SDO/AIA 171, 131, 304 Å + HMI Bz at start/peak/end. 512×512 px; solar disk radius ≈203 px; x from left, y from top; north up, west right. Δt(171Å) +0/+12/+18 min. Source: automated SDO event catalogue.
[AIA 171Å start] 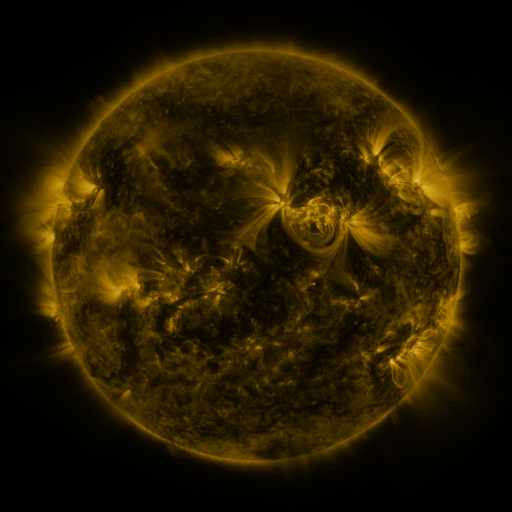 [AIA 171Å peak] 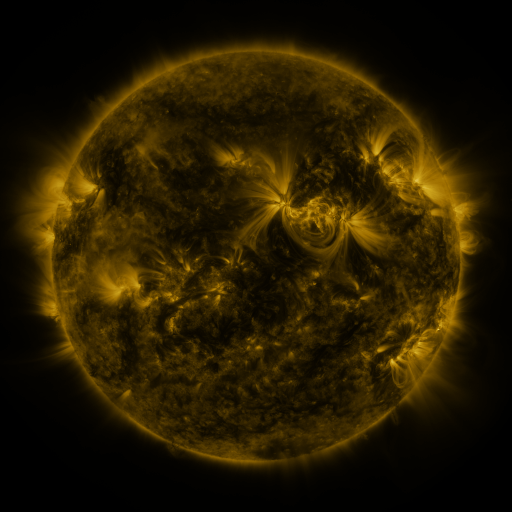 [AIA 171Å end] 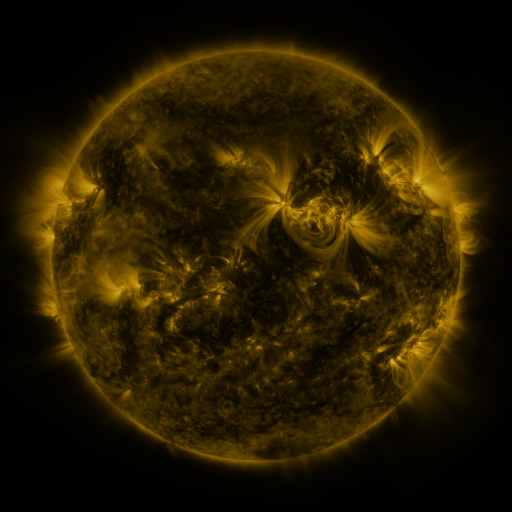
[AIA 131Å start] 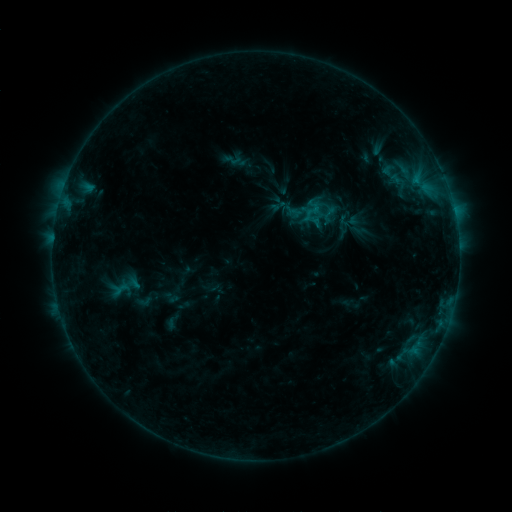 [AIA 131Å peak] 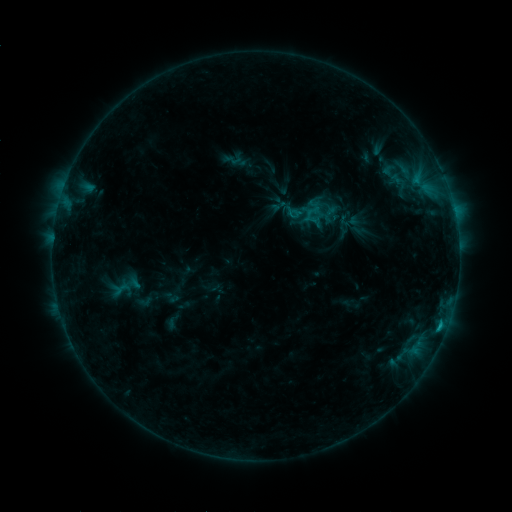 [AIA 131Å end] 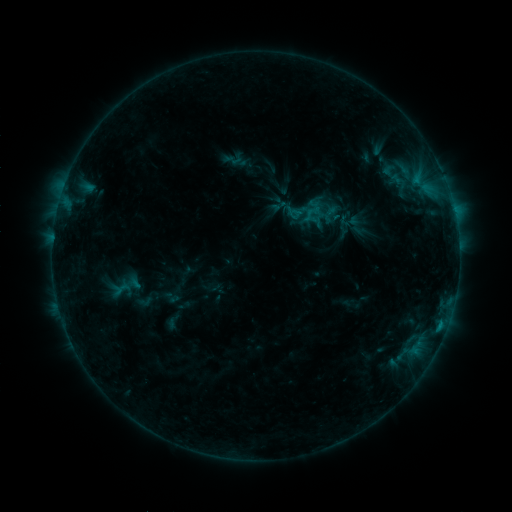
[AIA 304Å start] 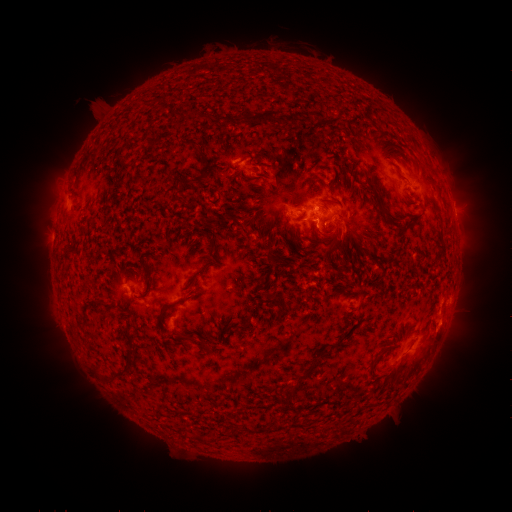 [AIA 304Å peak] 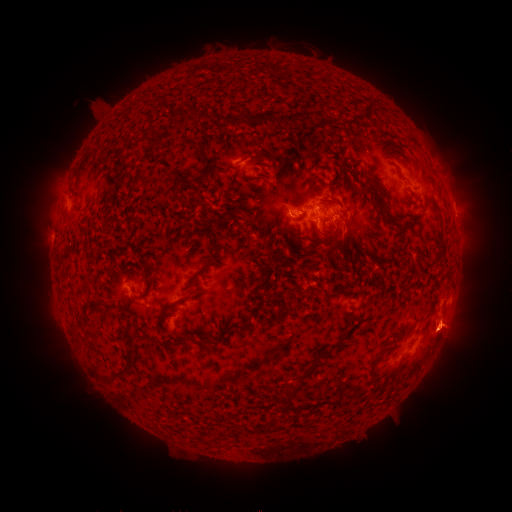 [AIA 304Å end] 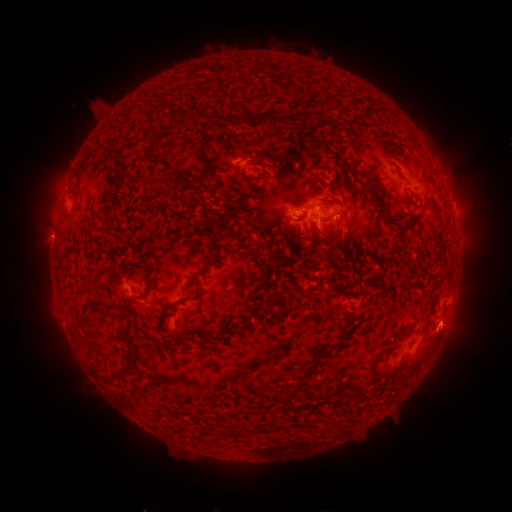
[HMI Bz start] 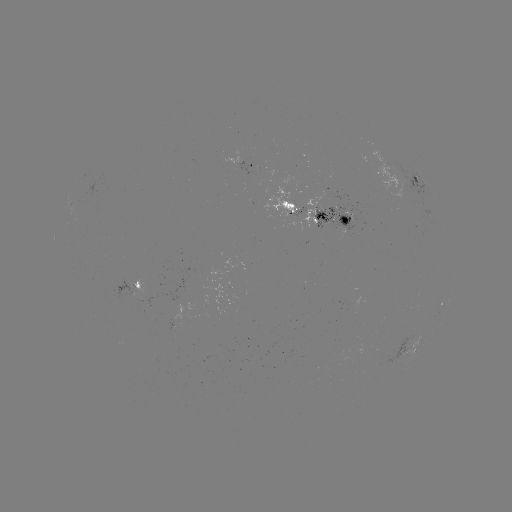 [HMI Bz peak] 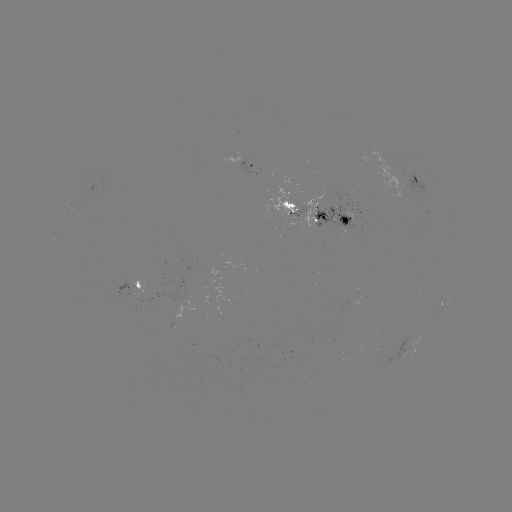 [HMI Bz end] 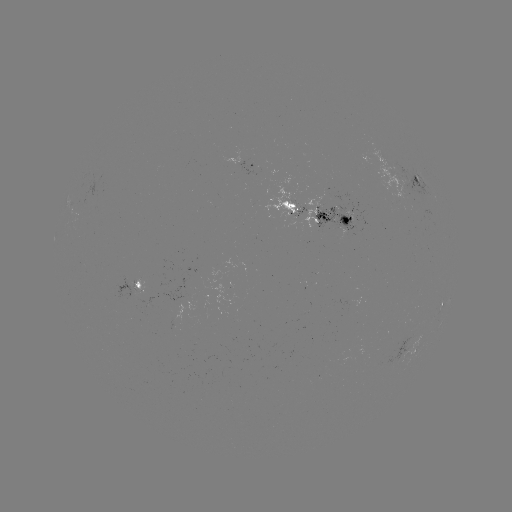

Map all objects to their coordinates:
B7.8 flare: (440, 324)
